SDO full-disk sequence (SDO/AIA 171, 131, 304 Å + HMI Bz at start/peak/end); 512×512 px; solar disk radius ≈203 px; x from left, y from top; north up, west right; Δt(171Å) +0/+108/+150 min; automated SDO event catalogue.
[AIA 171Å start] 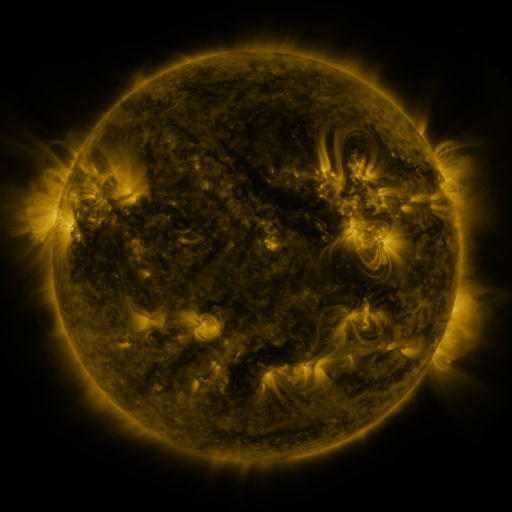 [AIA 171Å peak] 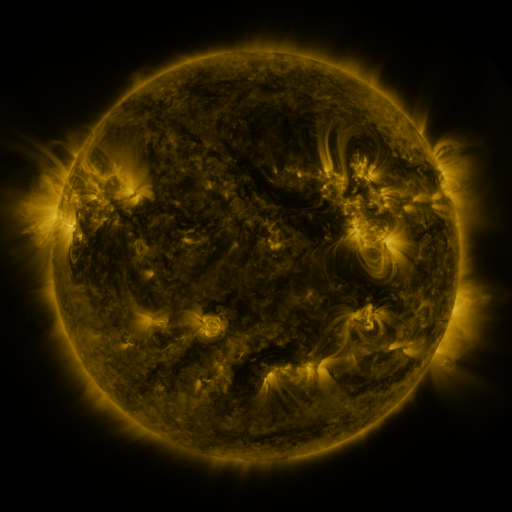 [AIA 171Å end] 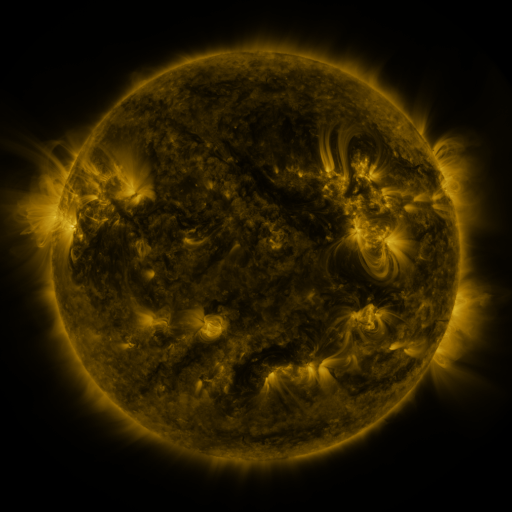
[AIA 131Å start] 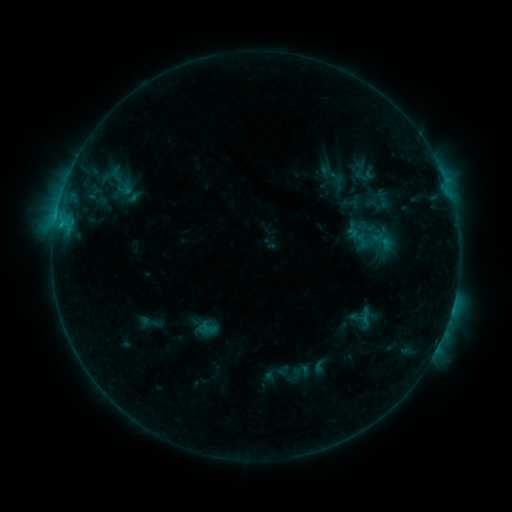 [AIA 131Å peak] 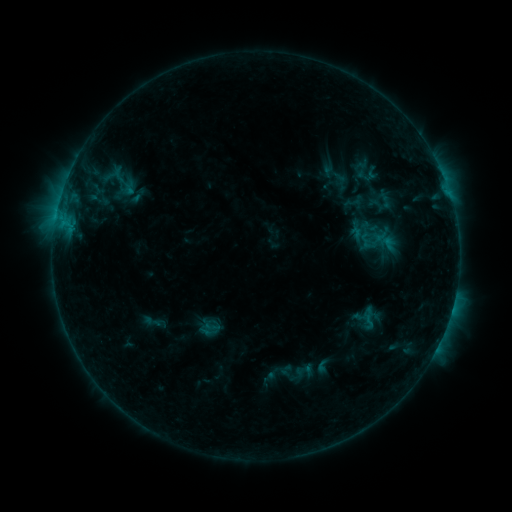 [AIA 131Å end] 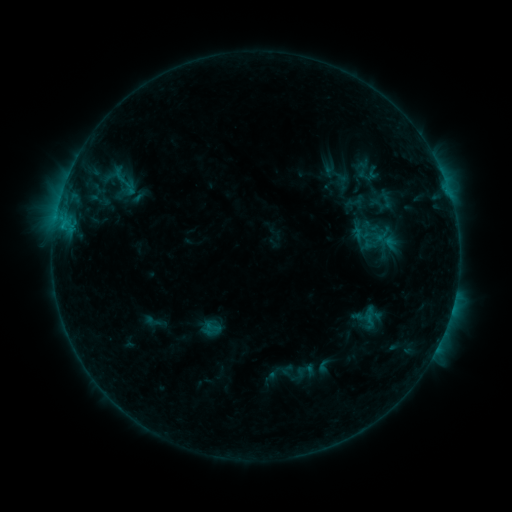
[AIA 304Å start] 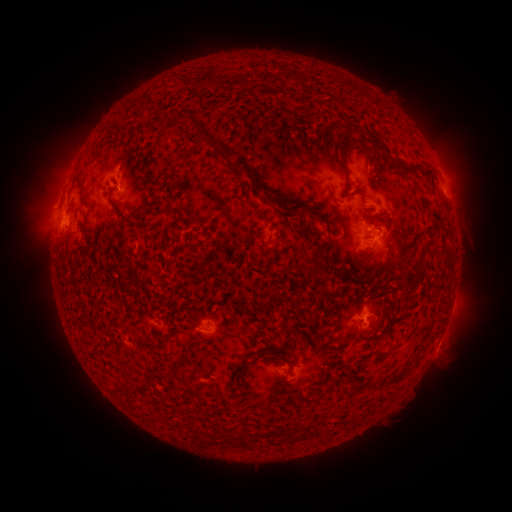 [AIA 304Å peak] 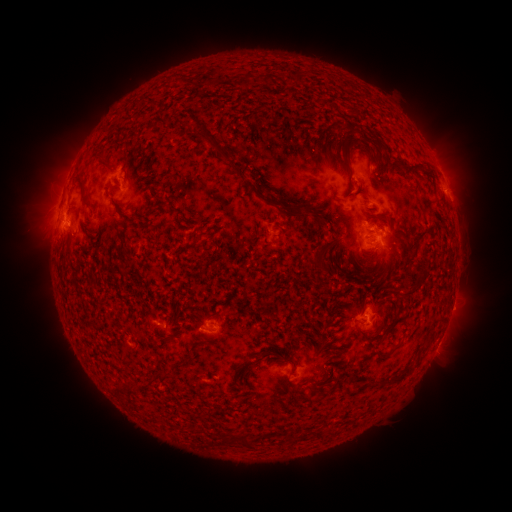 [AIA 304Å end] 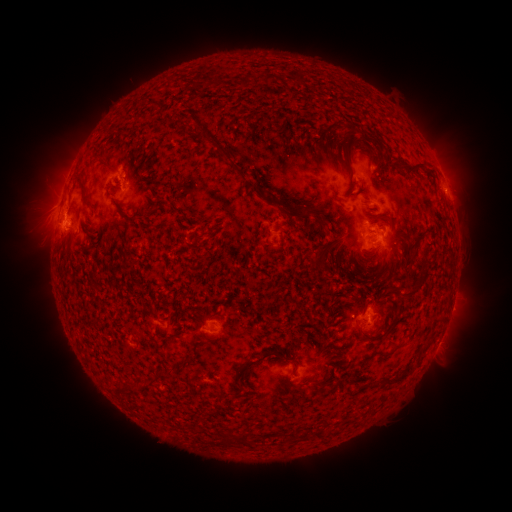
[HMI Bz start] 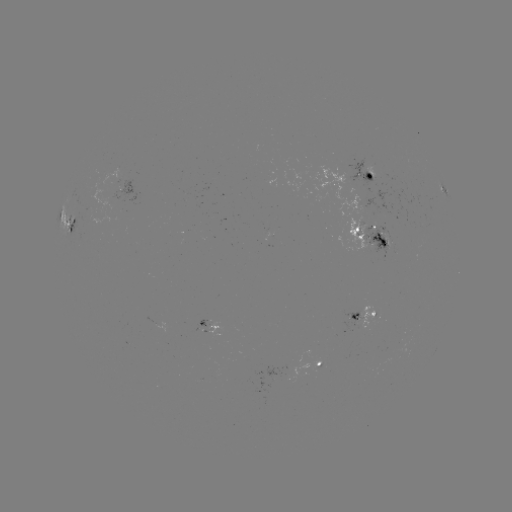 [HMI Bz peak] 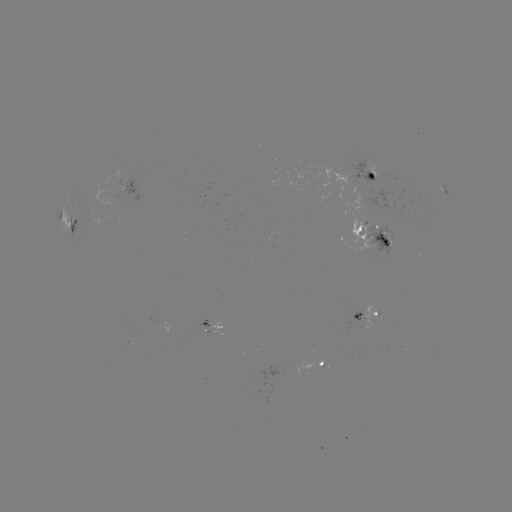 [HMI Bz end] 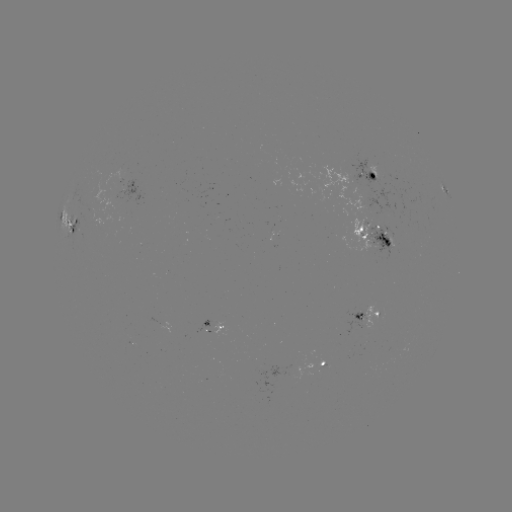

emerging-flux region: (362, 226, 395, 261)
